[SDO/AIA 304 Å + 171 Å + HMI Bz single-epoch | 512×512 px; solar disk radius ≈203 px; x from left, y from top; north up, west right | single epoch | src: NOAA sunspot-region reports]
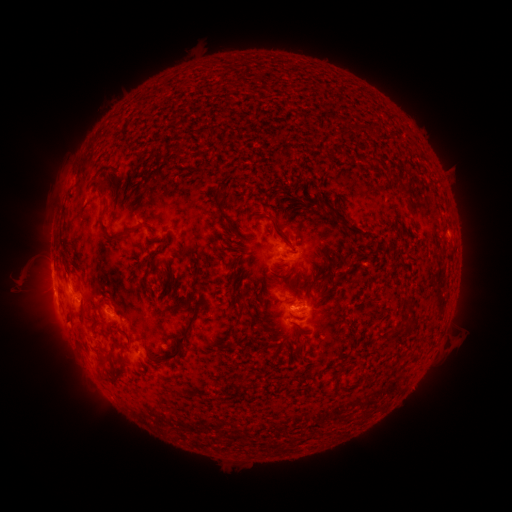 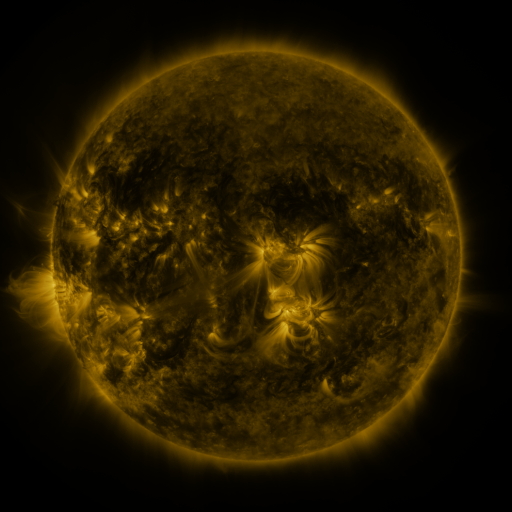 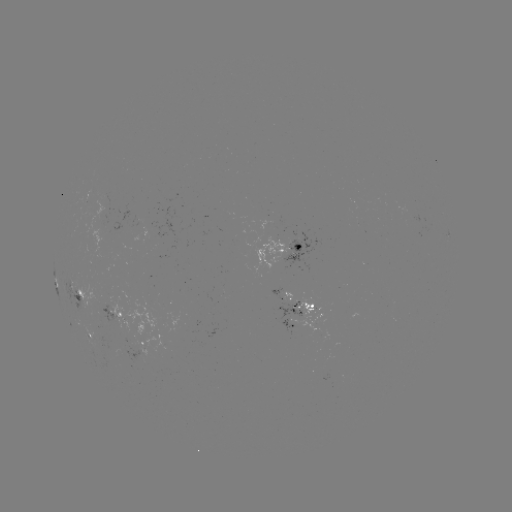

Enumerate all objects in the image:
spotted active region: (294, 246)
spotted active region: (77, 293)
spotted active region: (280, 296)
spotted active region: (294, 310)
spotted active region: (113, 314)
spotted active region: (296, 327)
spotted active region: (89, 337)
spotted active region: (144, 343)
